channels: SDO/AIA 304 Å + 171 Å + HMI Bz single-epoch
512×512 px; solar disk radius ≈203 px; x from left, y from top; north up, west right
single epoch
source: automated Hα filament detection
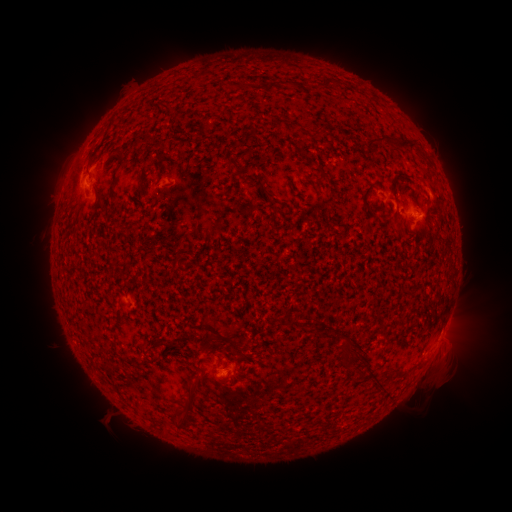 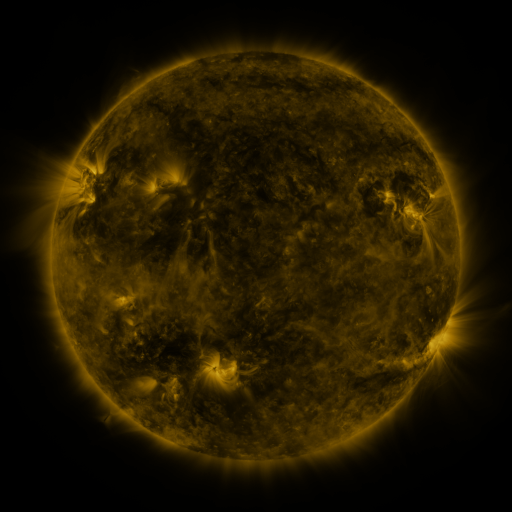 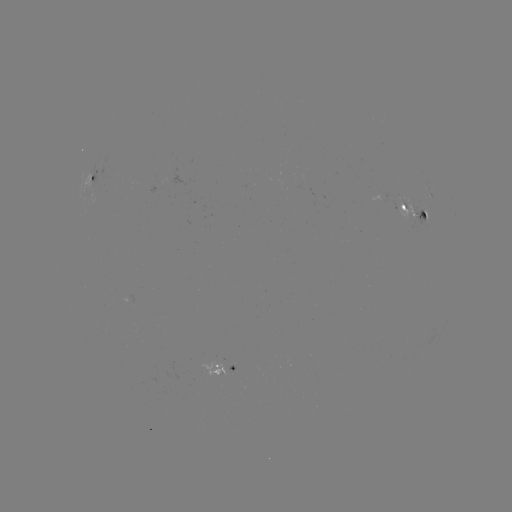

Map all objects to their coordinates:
filament: (203, 75)
filament: (325, 84)
filament: (167, 107)
filament: (280, 122)
filament: (298, 127)
filament: (245, 141)
filament: (389, 141)
filament: (90, 156)
filament: (234, 164)
filament: (114, 177)
filament: (260, 184)
filament: (417, 194)
filament: (367, 197)
filament: (423, 215)
filament: (287, 323)
filament: (224, 338)
filament: (160, 341)
filament: (345, 347)
filament: (223, 351)
filament: (189, 406)
